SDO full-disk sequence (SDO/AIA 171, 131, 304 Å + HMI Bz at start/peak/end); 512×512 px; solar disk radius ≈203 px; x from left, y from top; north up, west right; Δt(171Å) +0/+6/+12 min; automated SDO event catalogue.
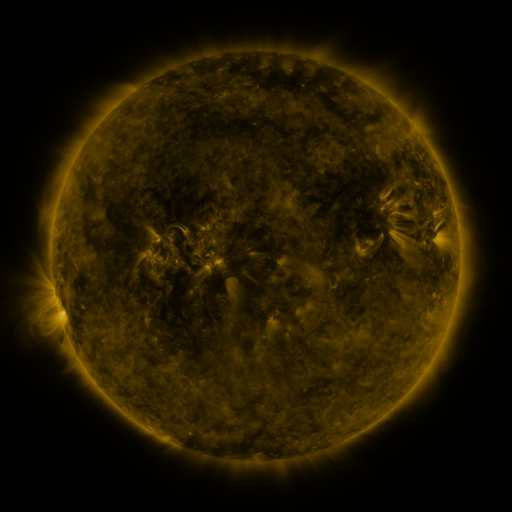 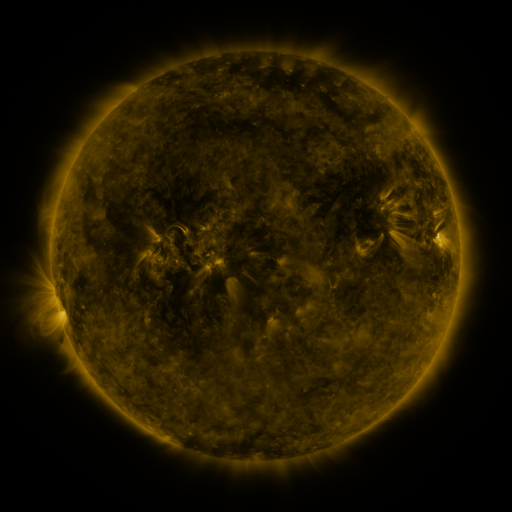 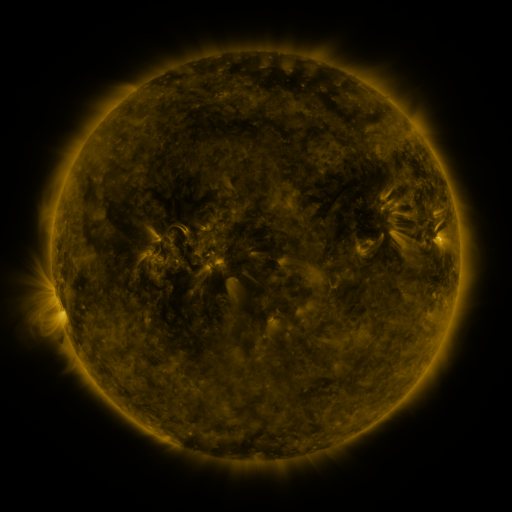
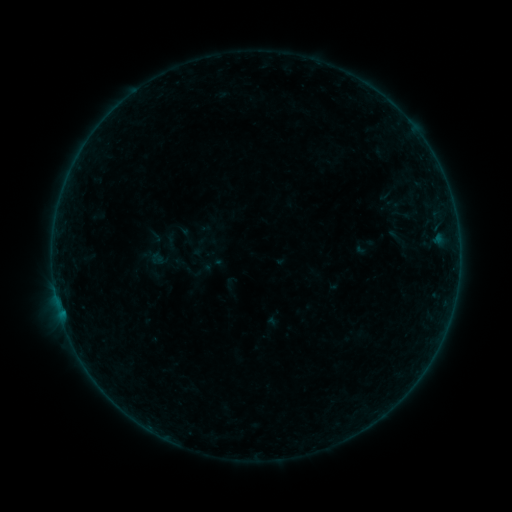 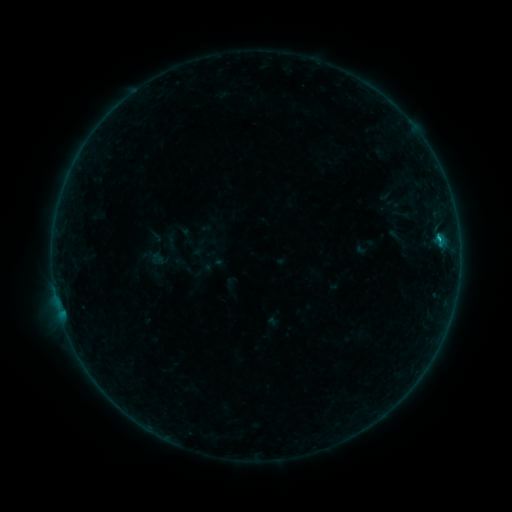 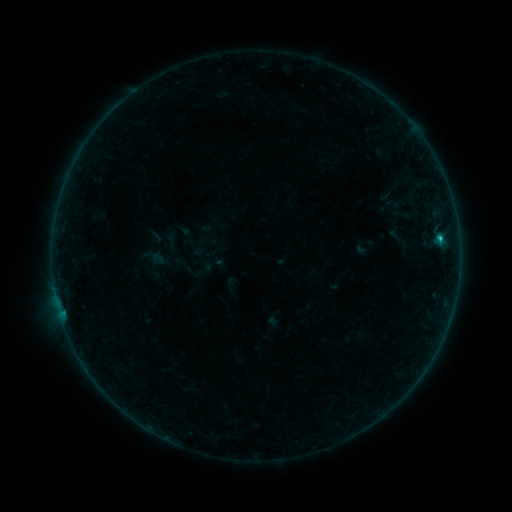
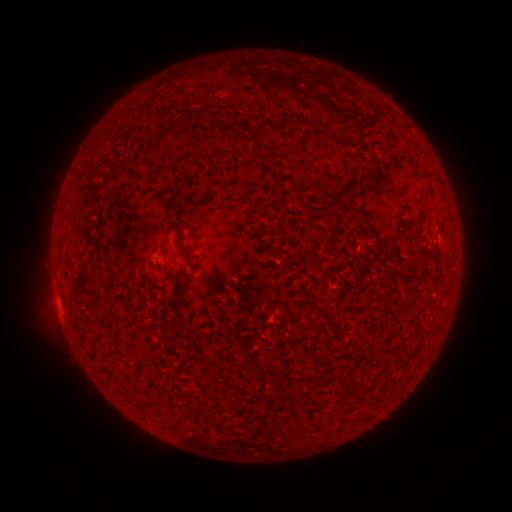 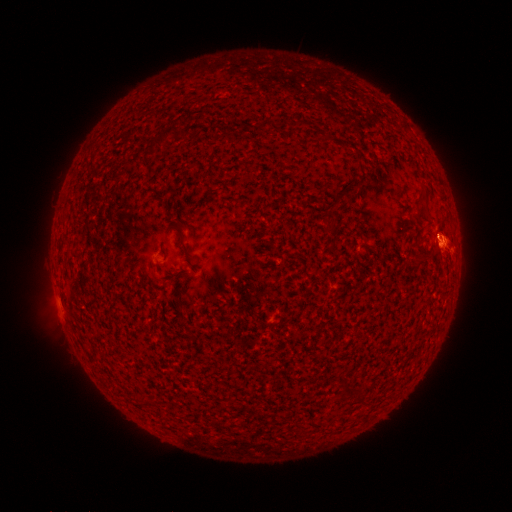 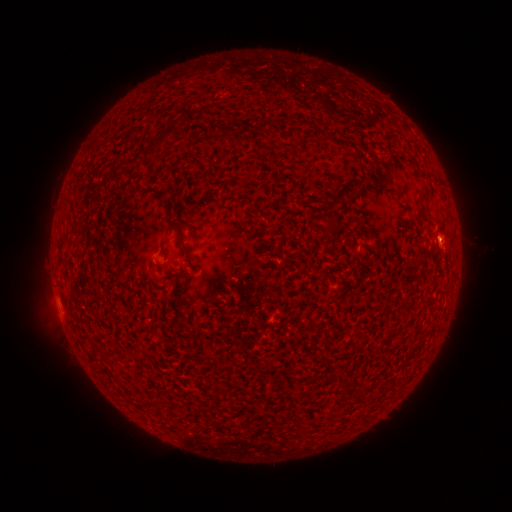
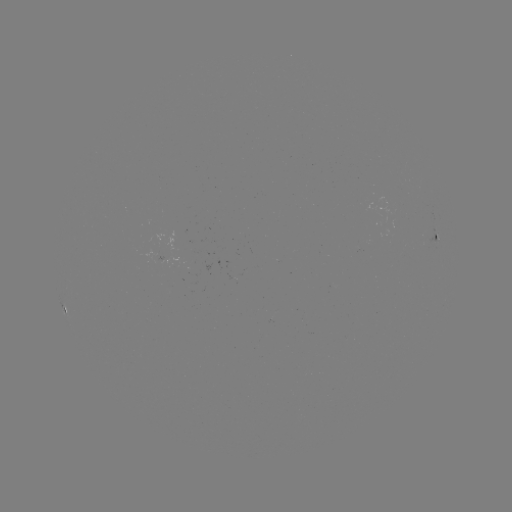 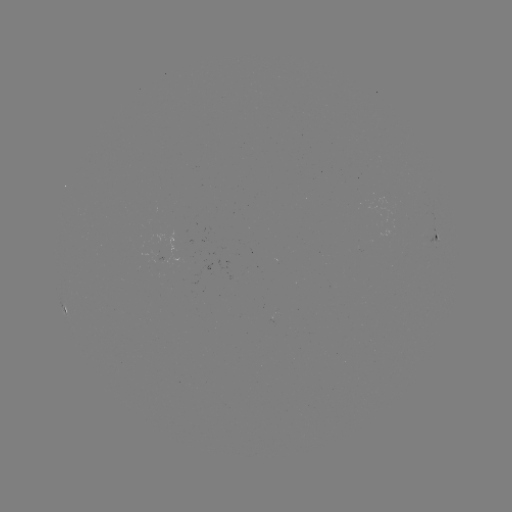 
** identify B8.4 flare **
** (439, 241) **